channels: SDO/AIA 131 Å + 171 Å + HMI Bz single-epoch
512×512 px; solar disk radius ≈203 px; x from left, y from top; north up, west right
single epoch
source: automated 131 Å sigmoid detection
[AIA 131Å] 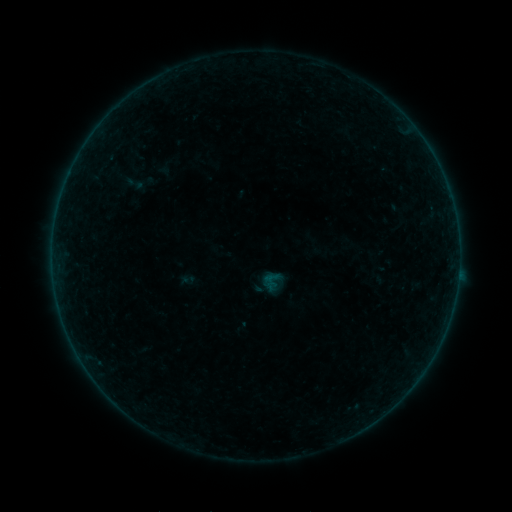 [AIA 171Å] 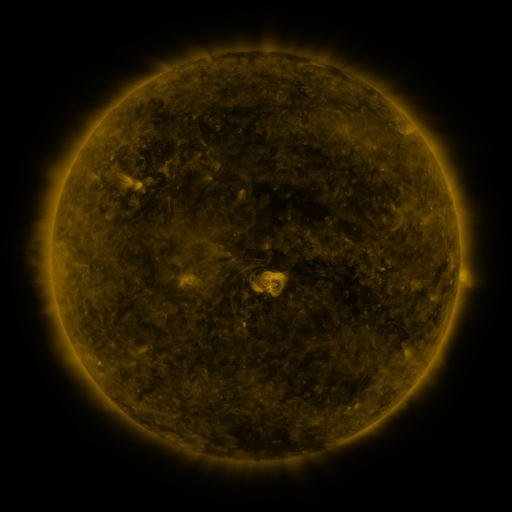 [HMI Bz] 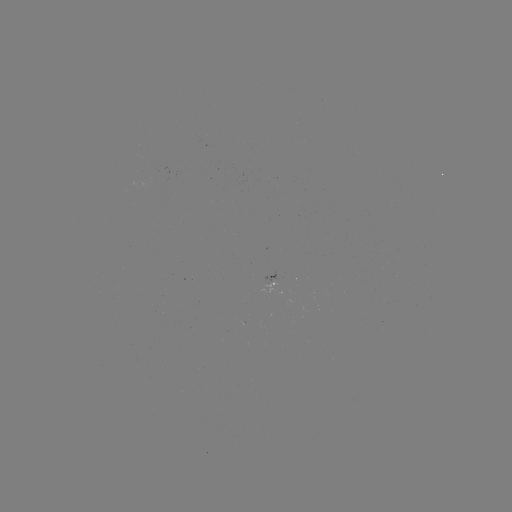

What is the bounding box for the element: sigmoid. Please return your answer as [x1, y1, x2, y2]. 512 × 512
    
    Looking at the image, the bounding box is [124, 173, 144, 194].